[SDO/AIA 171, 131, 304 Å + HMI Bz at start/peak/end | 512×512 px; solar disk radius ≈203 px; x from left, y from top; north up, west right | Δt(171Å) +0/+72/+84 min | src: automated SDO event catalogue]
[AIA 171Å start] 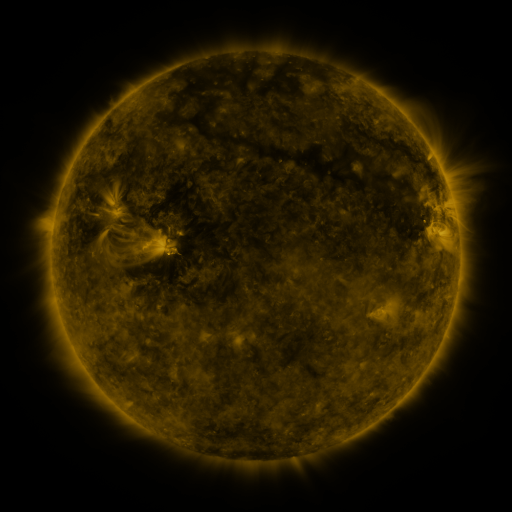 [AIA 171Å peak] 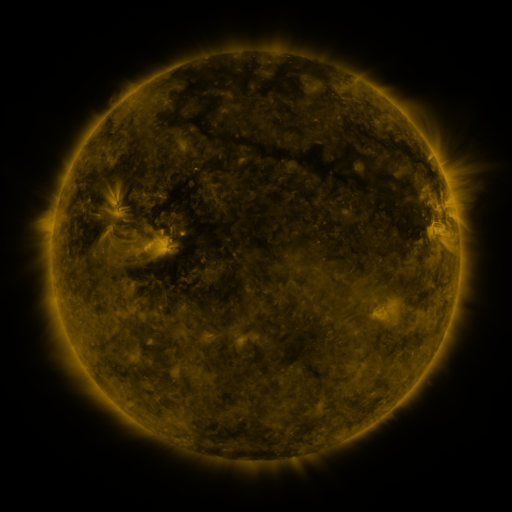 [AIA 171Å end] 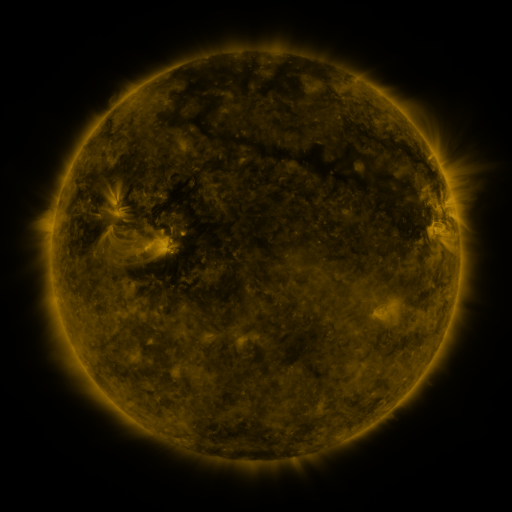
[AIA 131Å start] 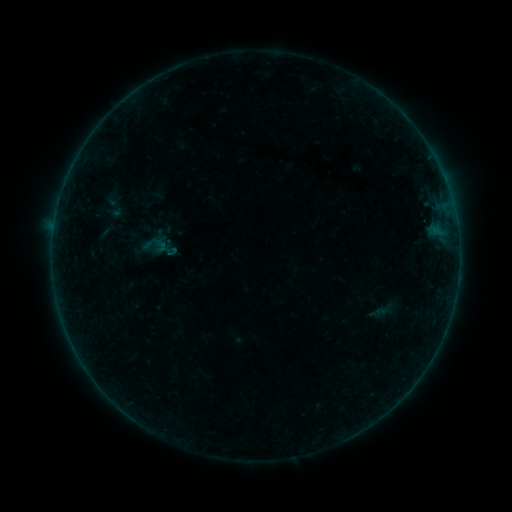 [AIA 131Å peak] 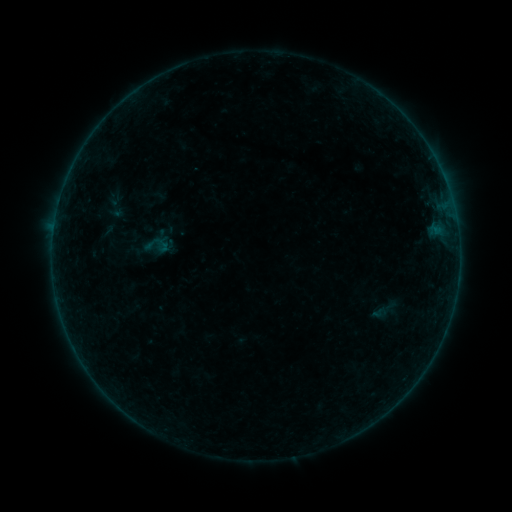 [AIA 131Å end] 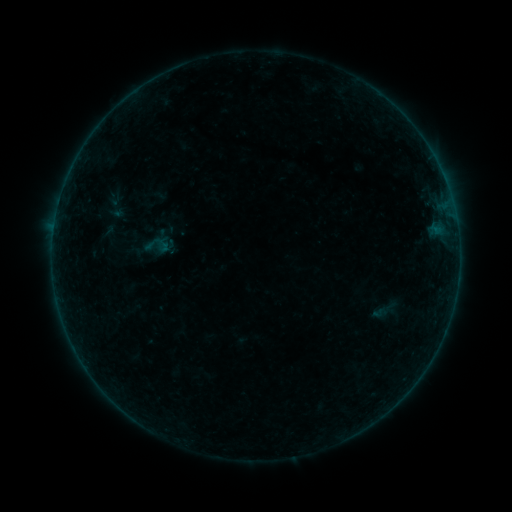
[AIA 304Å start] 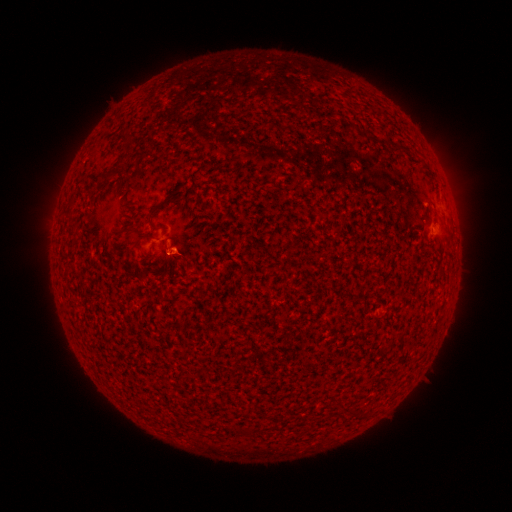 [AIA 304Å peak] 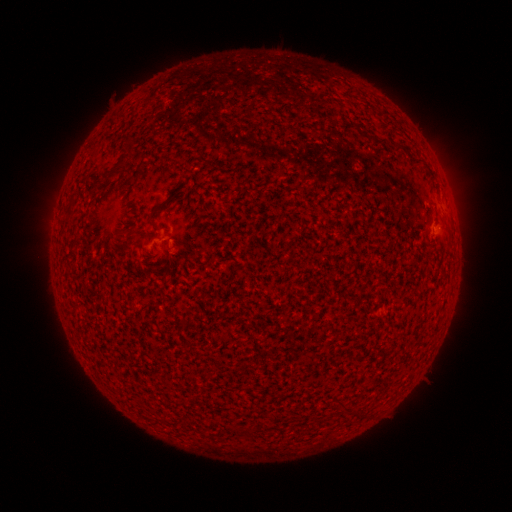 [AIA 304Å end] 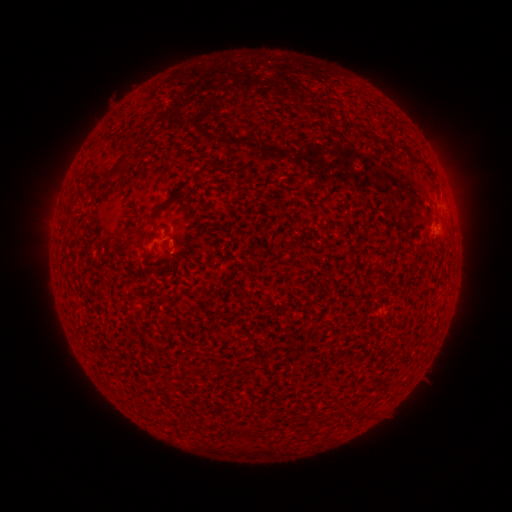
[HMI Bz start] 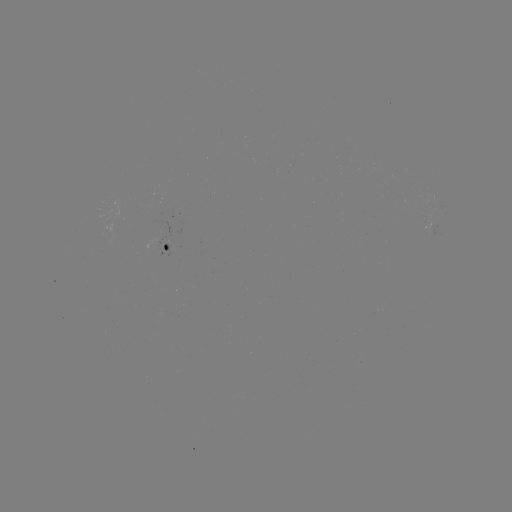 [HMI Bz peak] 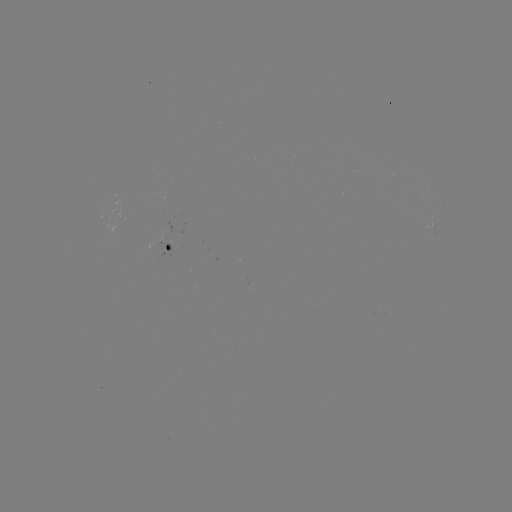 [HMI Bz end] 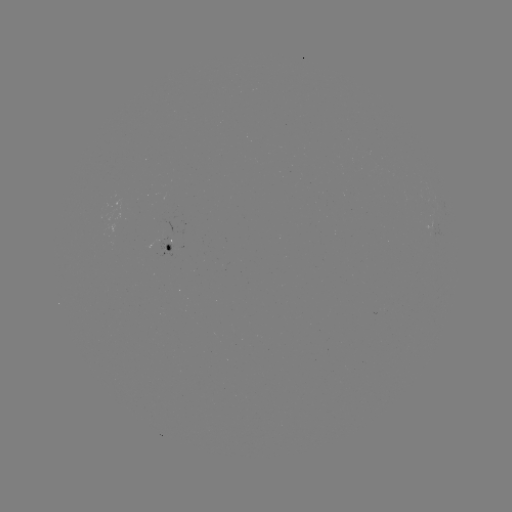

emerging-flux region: (171, 231, 182, 245)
